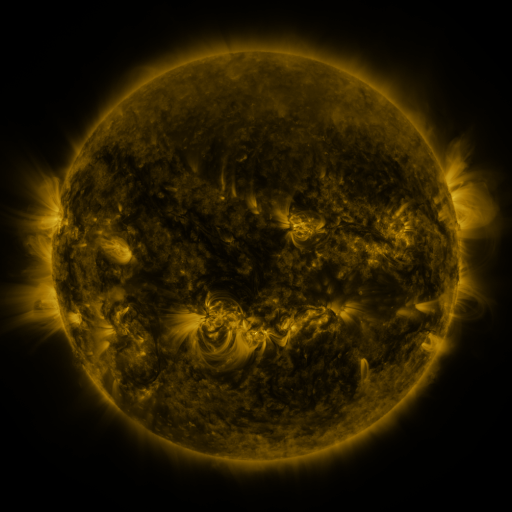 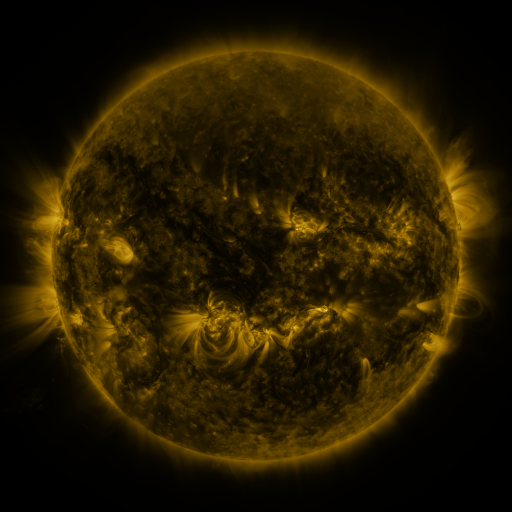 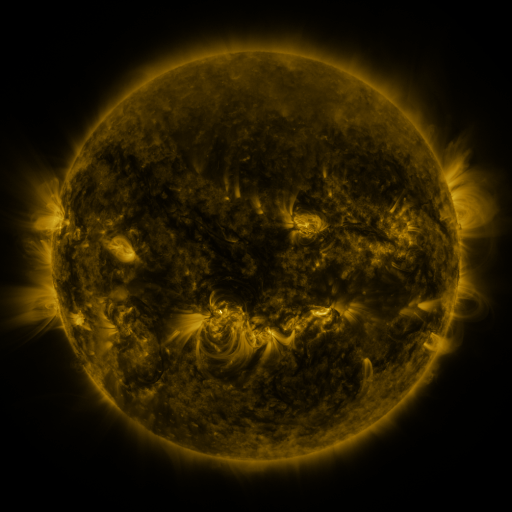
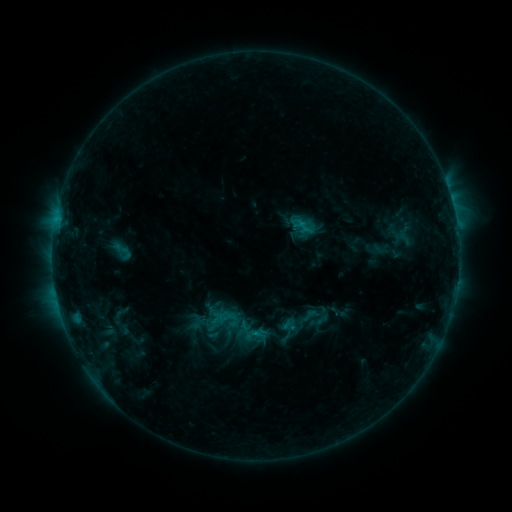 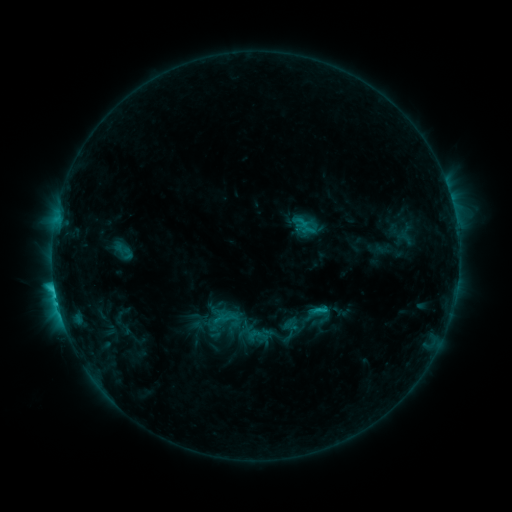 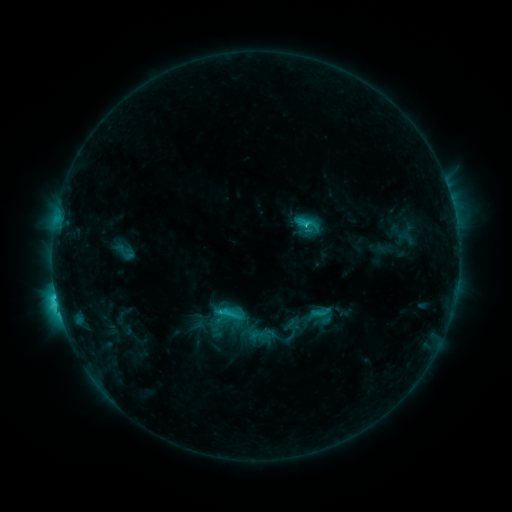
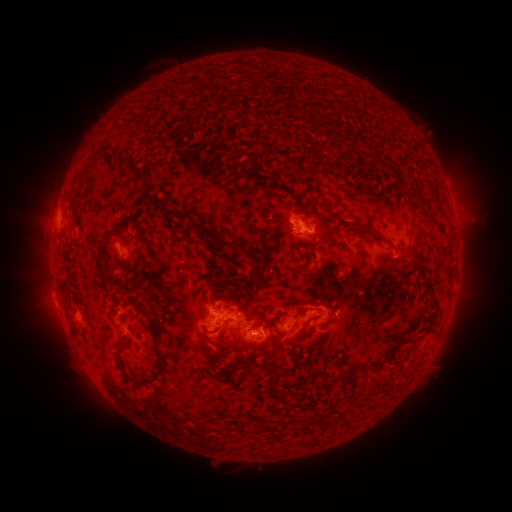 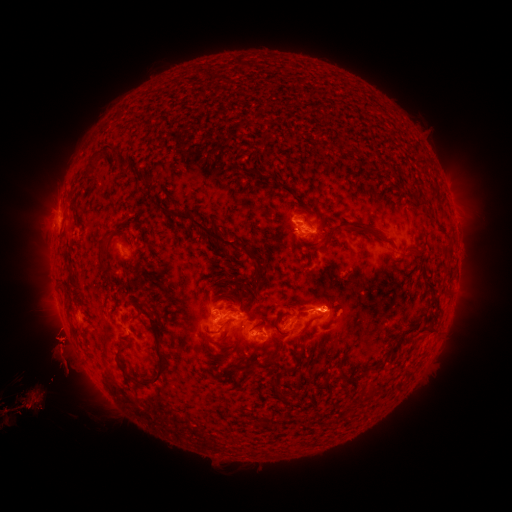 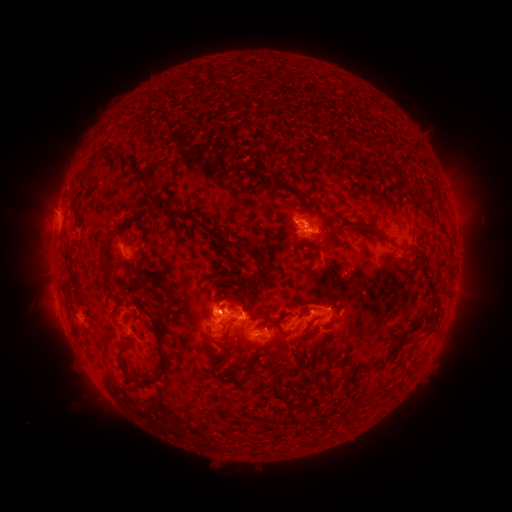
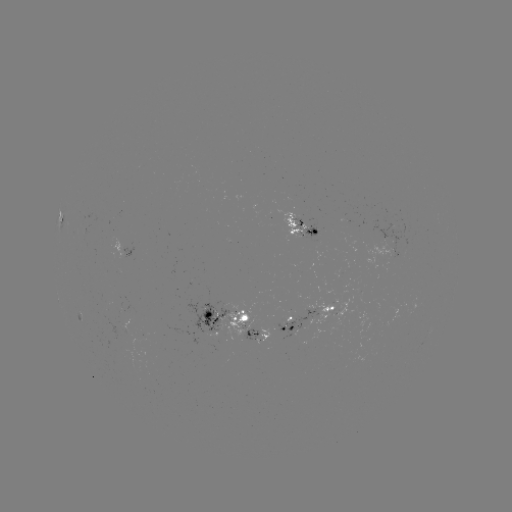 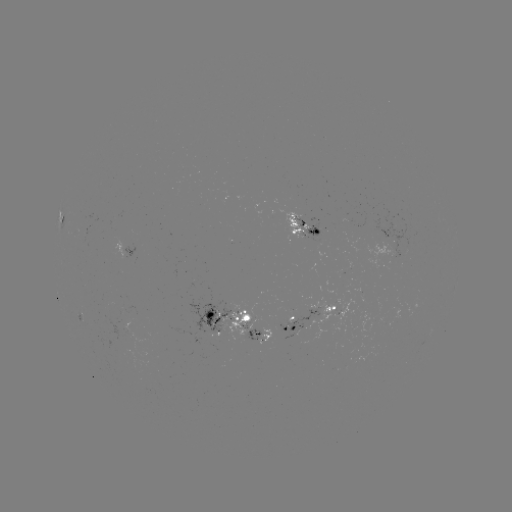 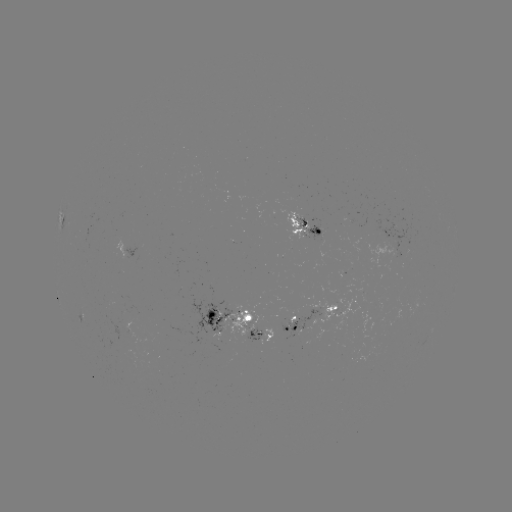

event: filament eruption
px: (65, 357)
